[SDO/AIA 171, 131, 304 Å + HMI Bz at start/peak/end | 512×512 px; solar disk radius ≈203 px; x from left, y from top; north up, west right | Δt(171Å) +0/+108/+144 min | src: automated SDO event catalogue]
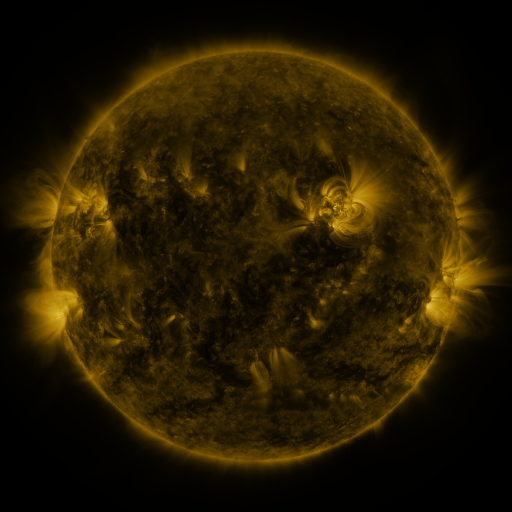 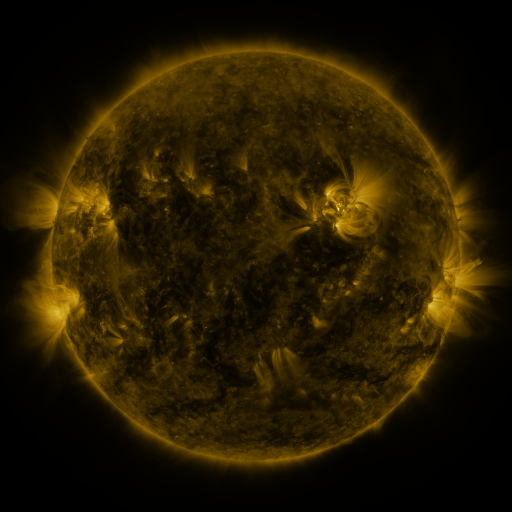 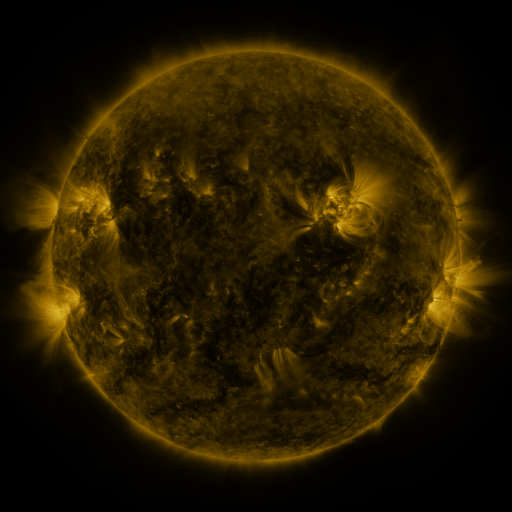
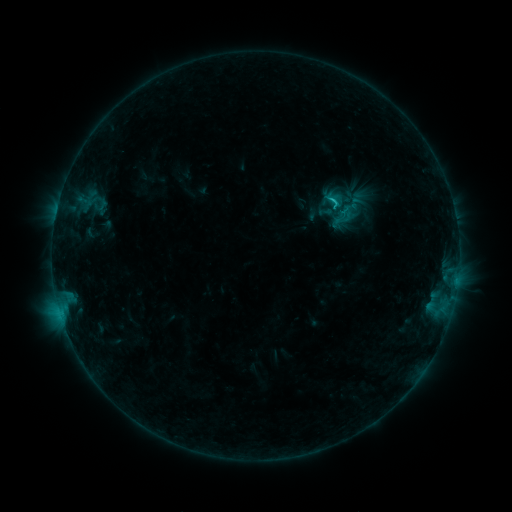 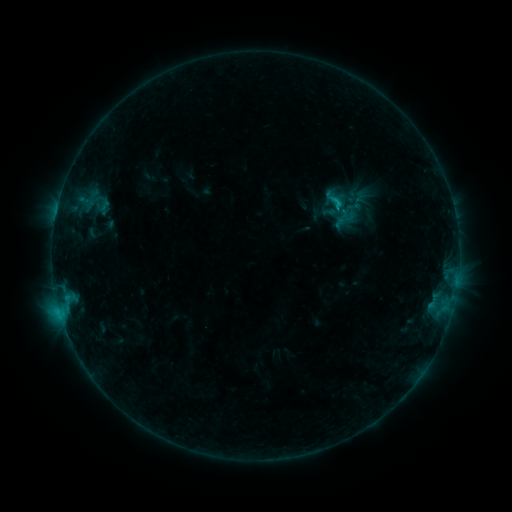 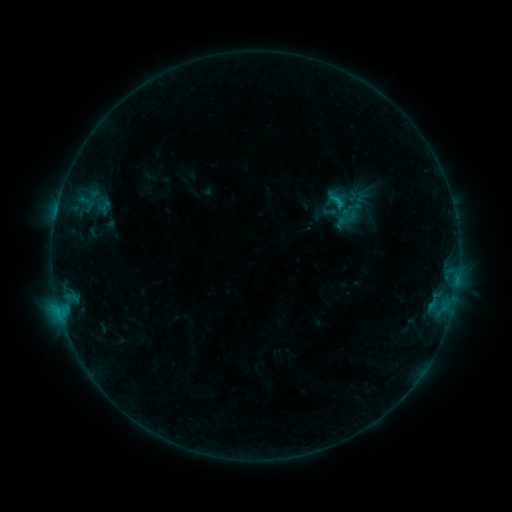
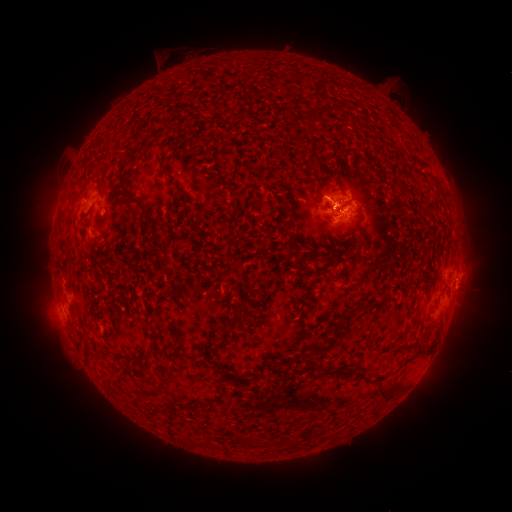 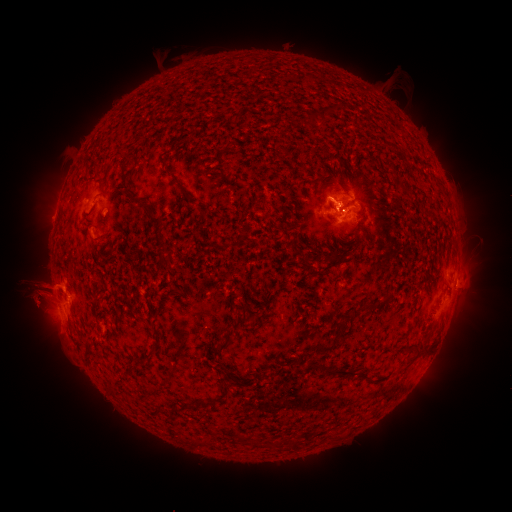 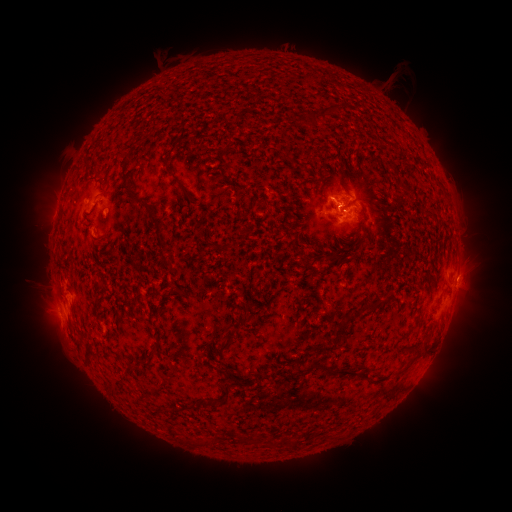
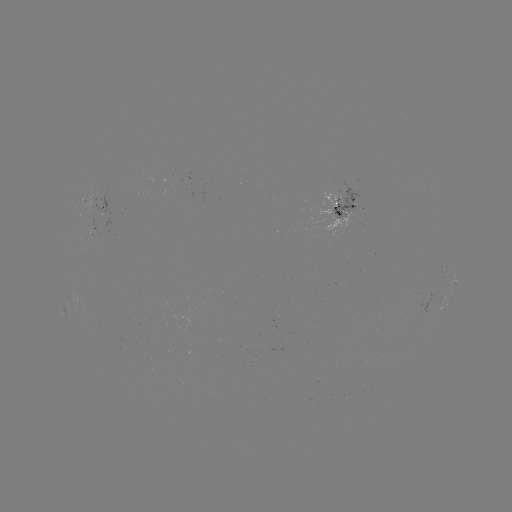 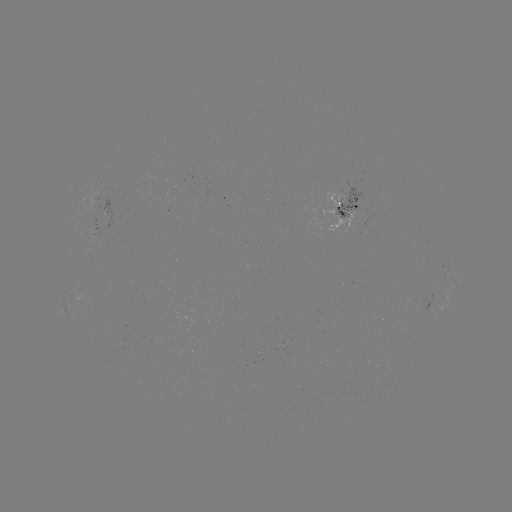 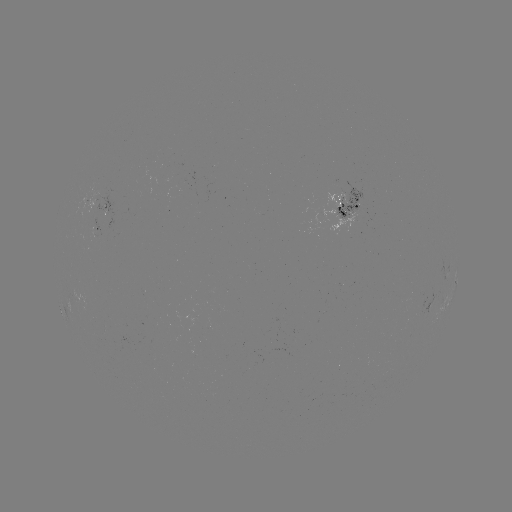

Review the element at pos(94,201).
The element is emerging-flux region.